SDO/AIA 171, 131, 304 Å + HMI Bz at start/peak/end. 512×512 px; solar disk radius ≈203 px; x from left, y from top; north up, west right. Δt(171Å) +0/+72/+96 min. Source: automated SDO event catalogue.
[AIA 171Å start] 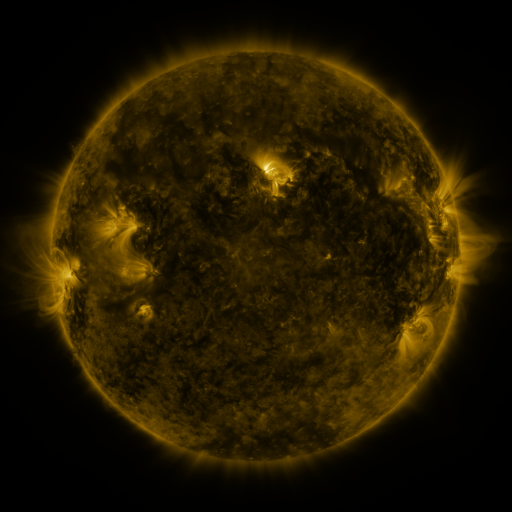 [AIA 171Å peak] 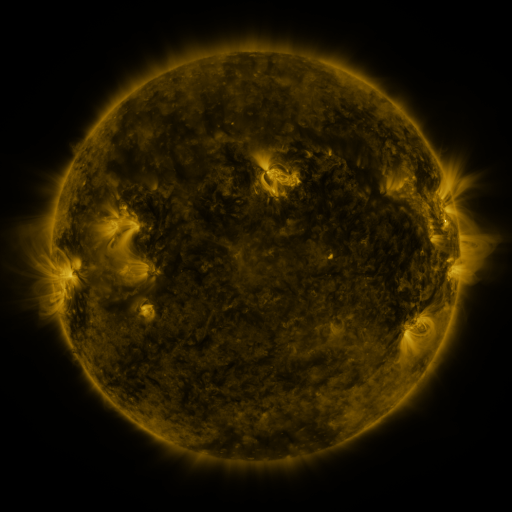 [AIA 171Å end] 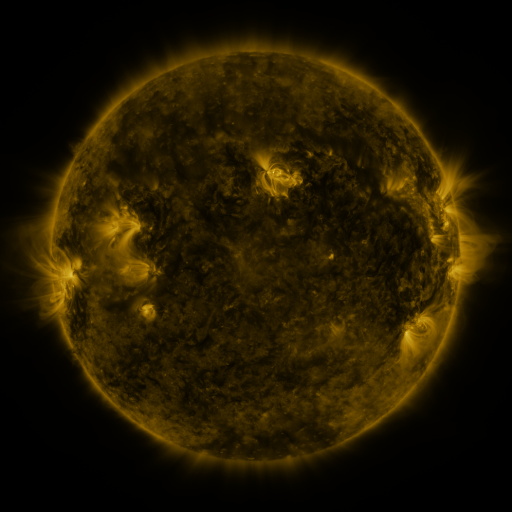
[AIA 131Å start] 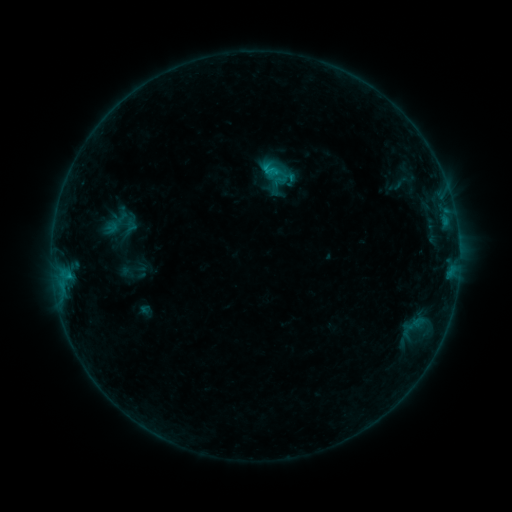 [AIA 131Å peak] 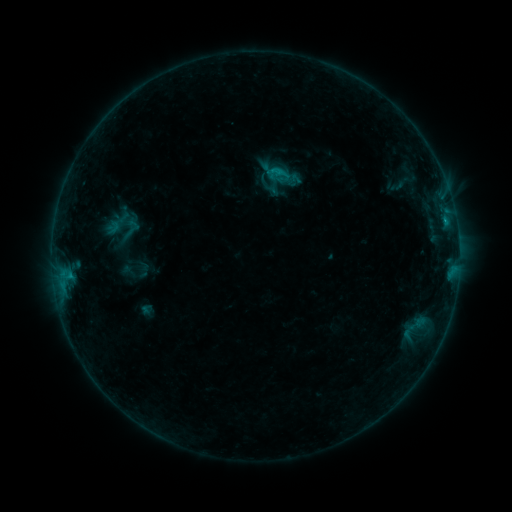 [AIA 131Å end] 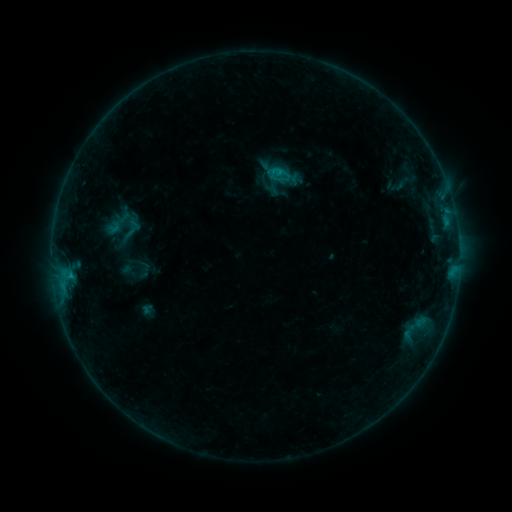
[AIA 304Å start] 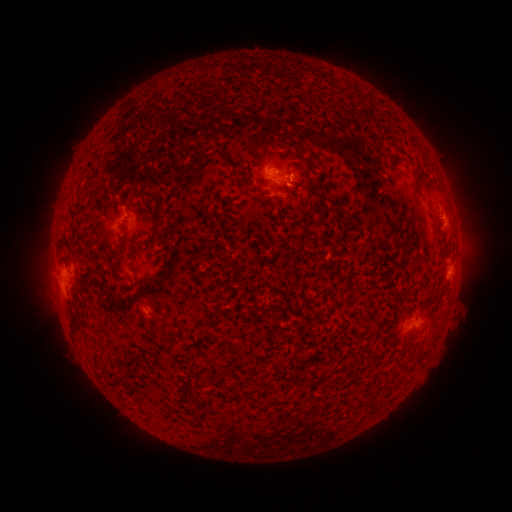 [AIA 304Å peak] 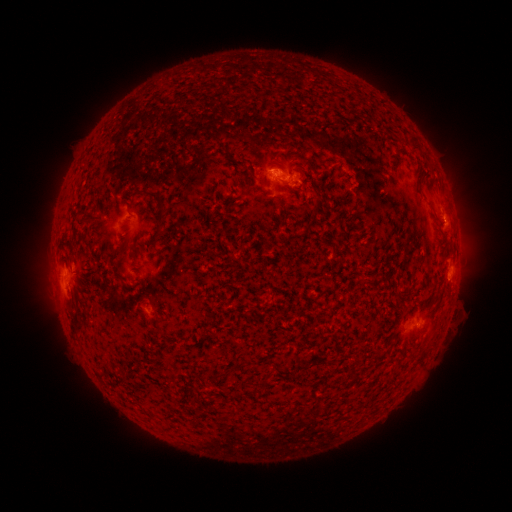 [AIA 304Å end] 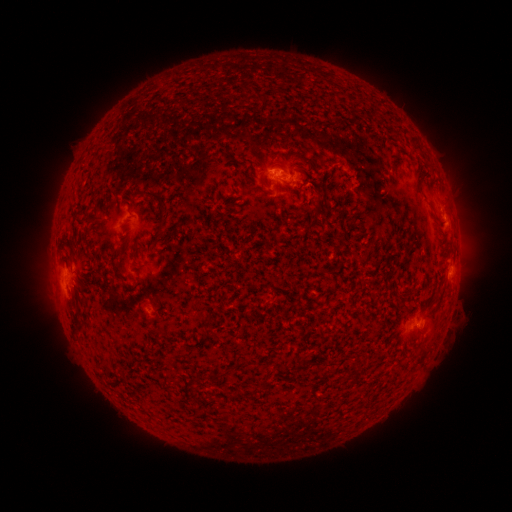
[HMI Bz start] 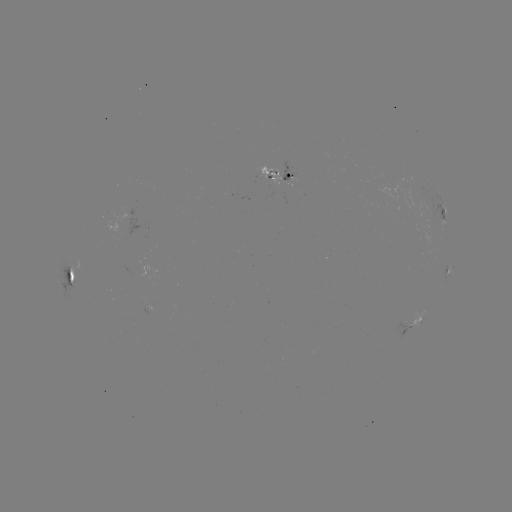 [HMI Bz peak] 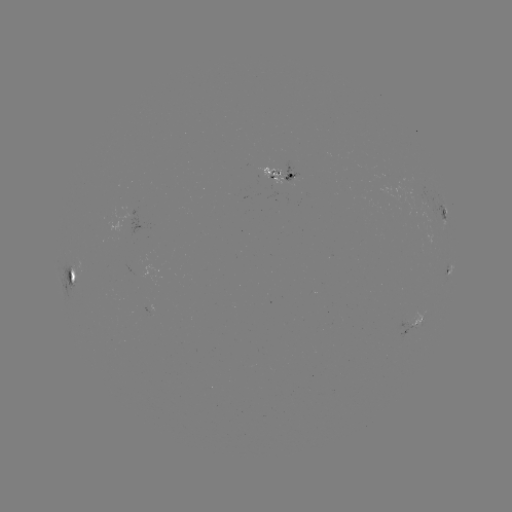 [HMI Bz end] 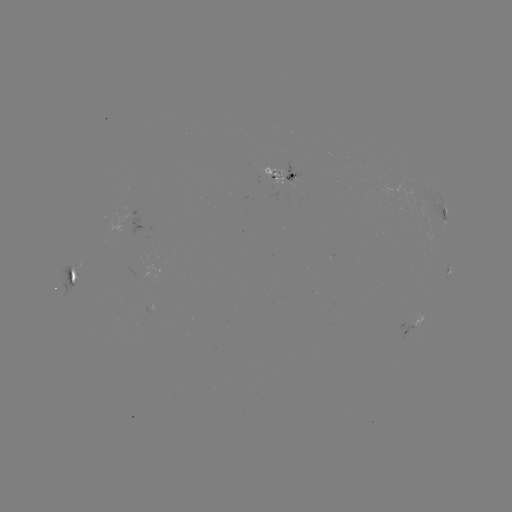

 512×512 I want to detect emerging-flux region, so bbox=[282, 162, 300, 182].